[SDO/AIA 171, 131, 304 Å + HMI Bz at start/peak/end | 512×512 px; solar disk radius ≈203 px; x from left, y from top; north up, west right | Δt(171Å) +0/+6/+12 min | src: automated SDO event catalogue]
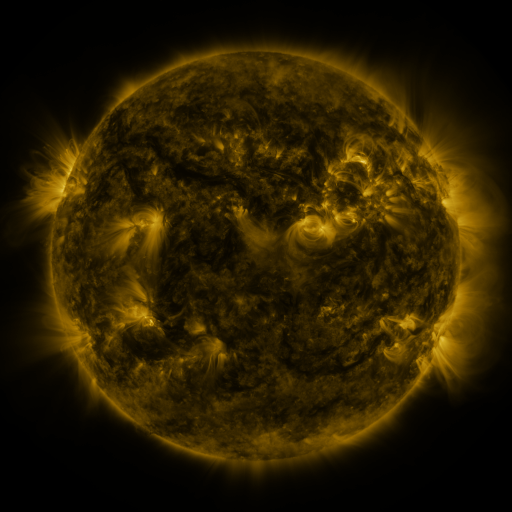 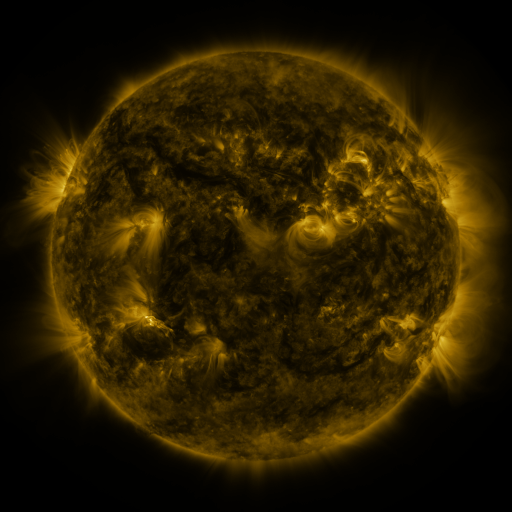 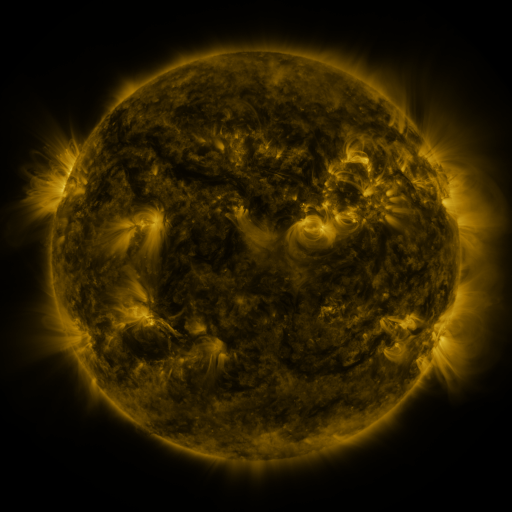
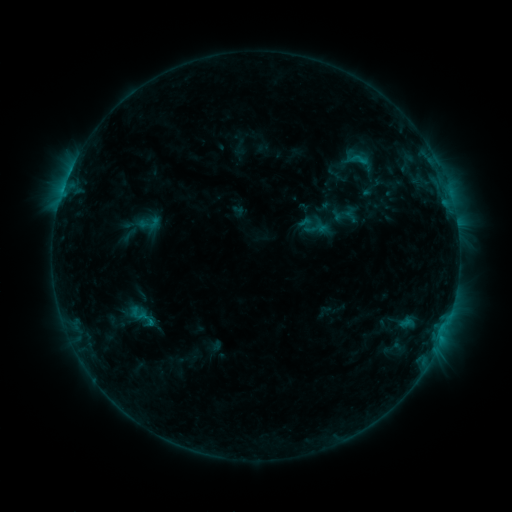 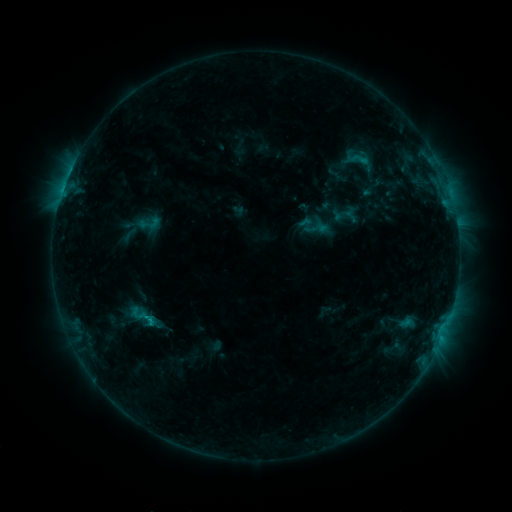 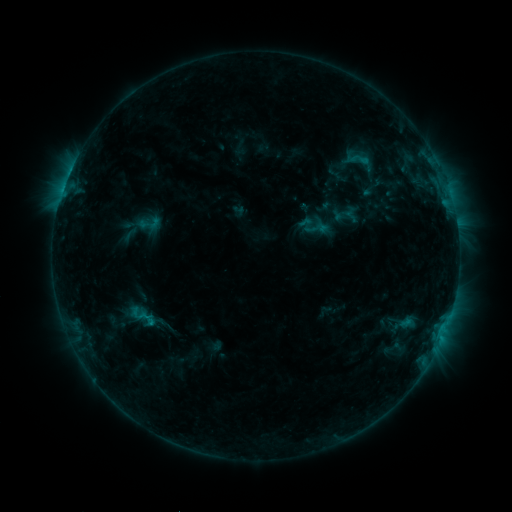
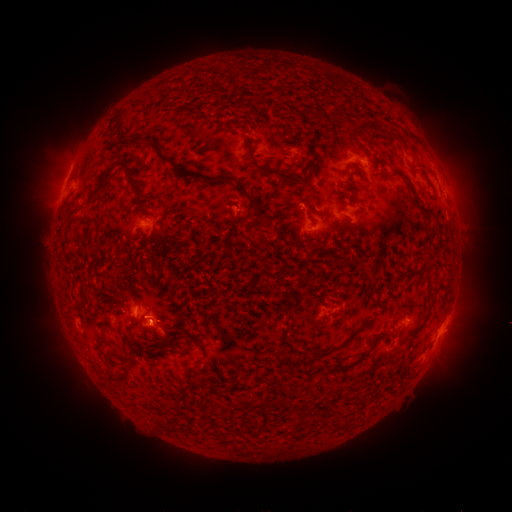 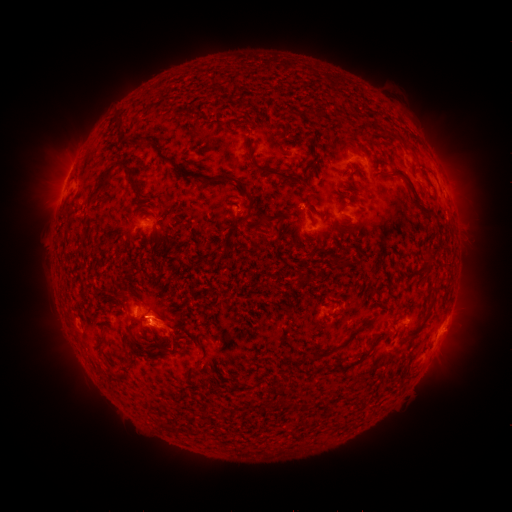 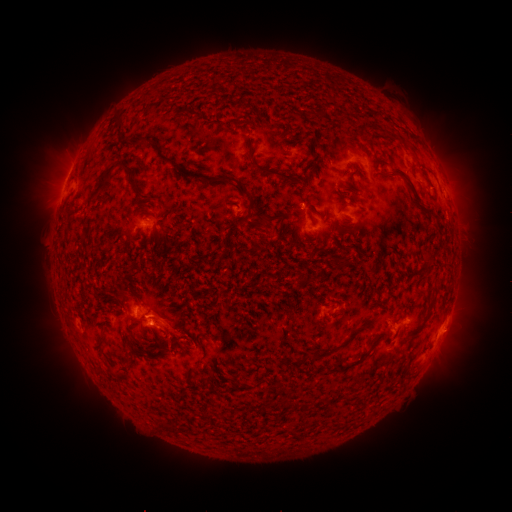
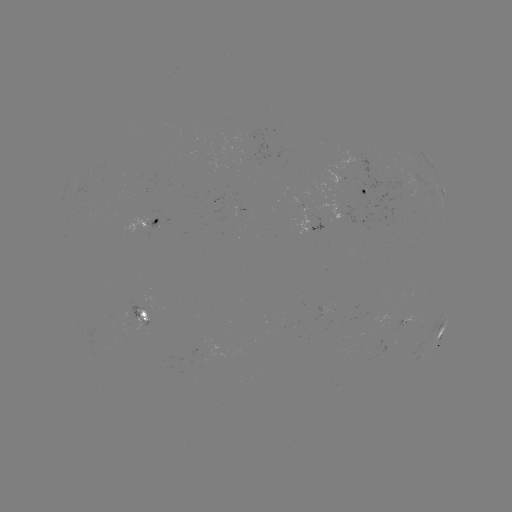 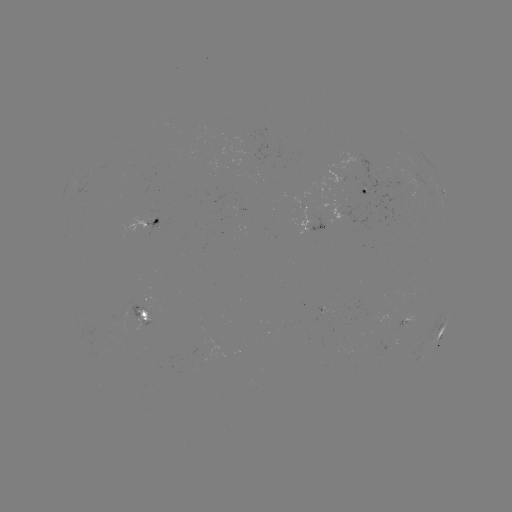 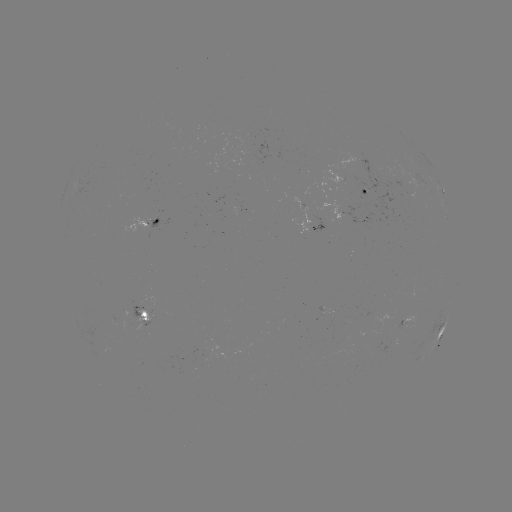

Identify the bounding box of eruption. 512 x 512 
[130, 292, 197, 371].